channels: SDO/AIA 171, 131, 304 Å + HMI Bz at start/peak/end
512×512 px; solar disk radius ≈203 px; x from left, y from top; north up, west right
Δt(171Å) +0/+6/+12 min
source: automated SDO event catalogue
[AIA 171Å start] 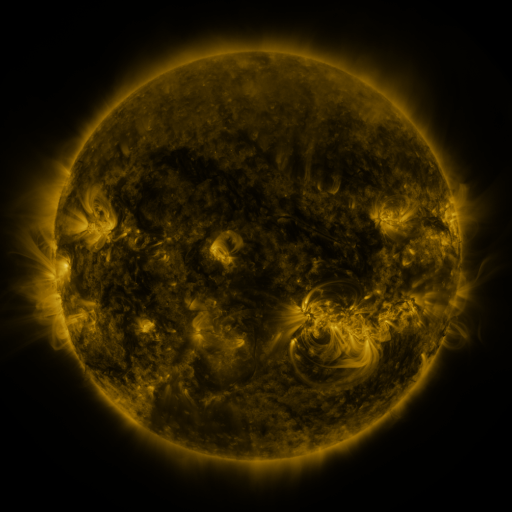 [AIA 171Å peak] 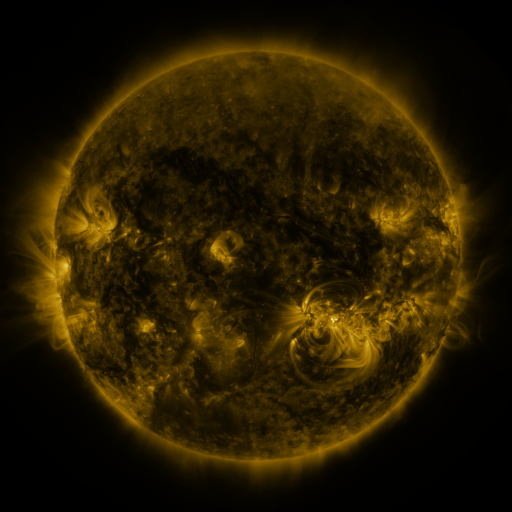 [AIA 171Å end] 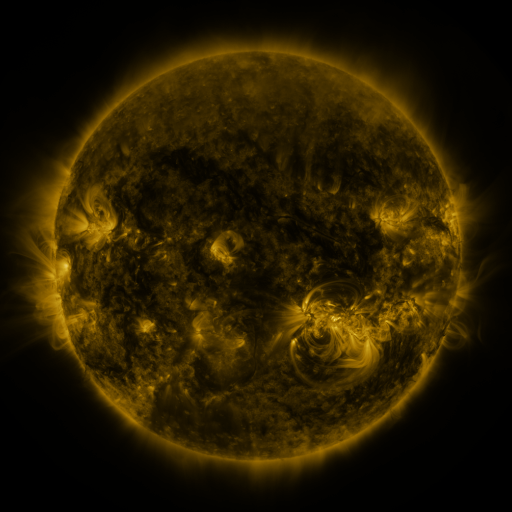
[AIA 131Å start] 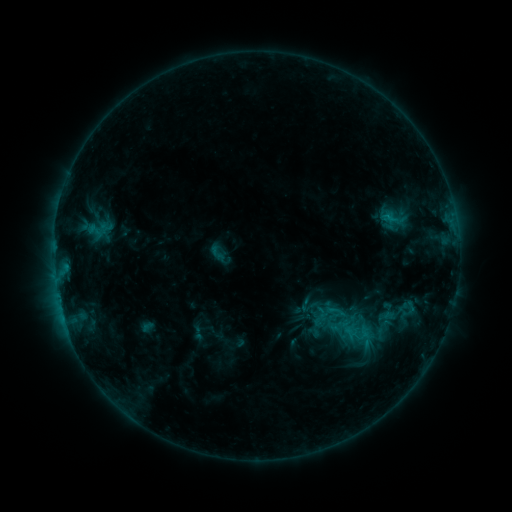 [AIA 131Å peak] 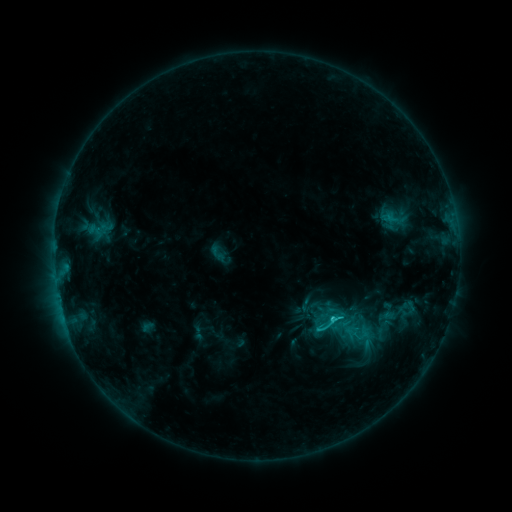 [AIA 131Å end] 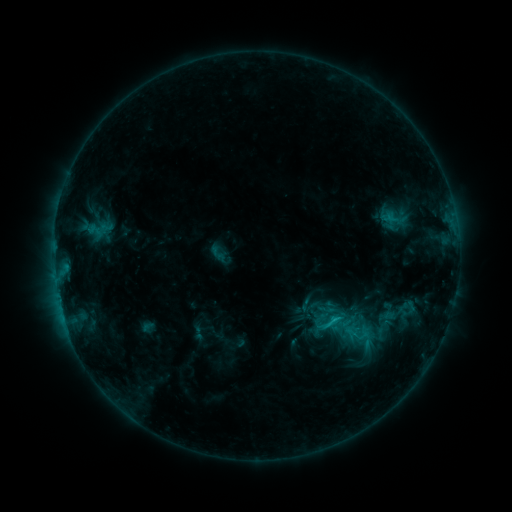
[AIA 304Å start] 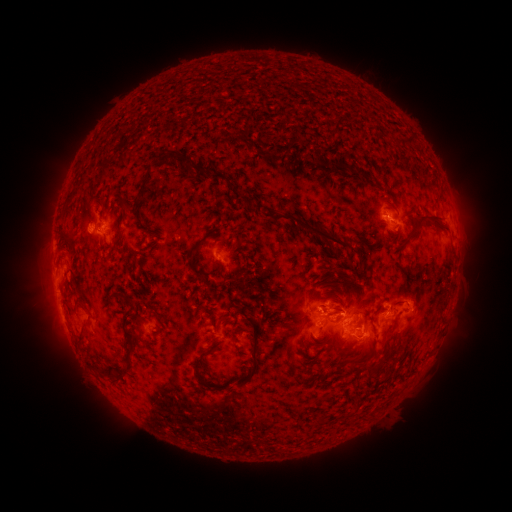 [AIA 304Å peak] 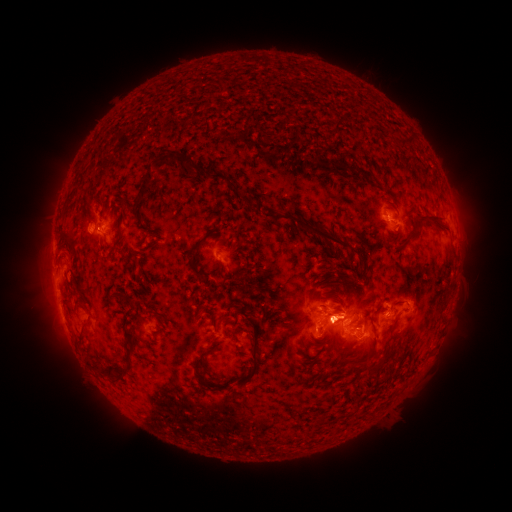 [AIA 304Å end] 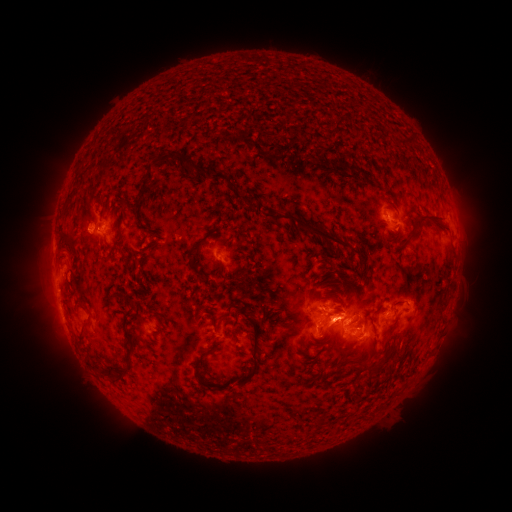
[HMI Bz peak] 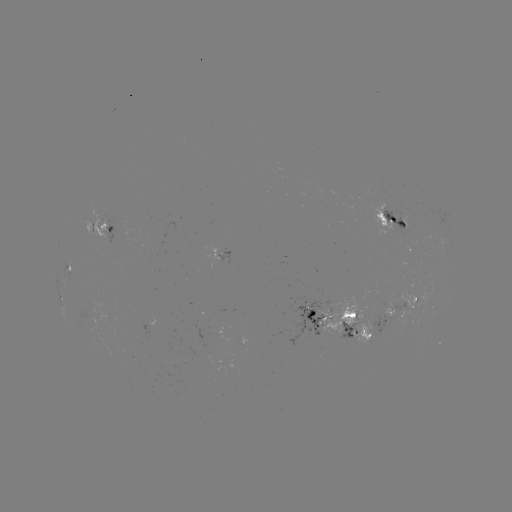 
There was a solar flare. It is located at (330, 320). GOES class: C2.9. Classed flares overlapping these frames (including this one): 1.